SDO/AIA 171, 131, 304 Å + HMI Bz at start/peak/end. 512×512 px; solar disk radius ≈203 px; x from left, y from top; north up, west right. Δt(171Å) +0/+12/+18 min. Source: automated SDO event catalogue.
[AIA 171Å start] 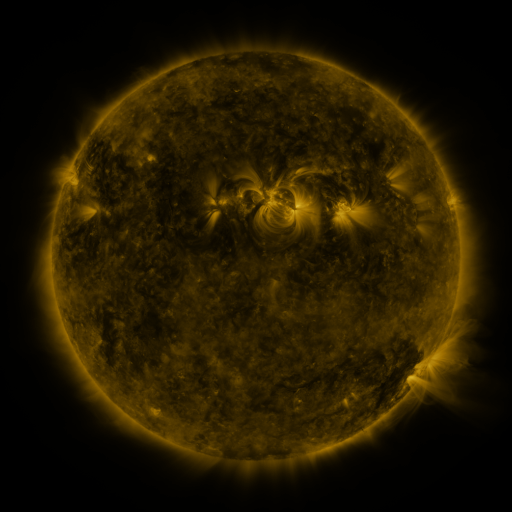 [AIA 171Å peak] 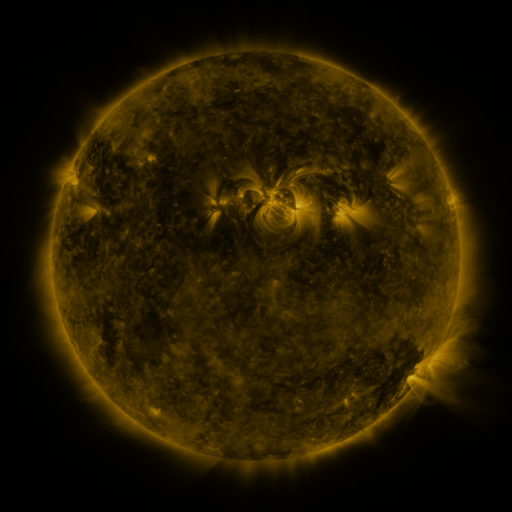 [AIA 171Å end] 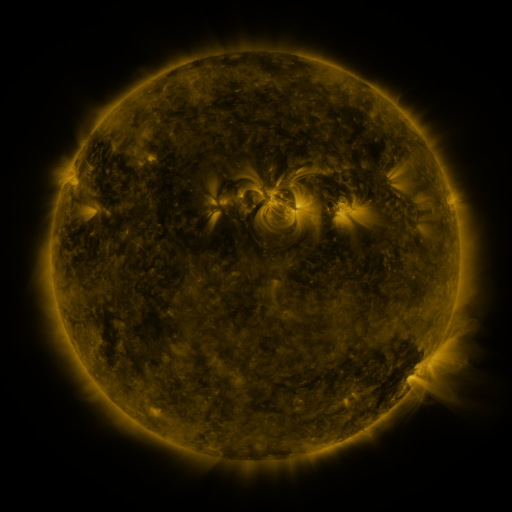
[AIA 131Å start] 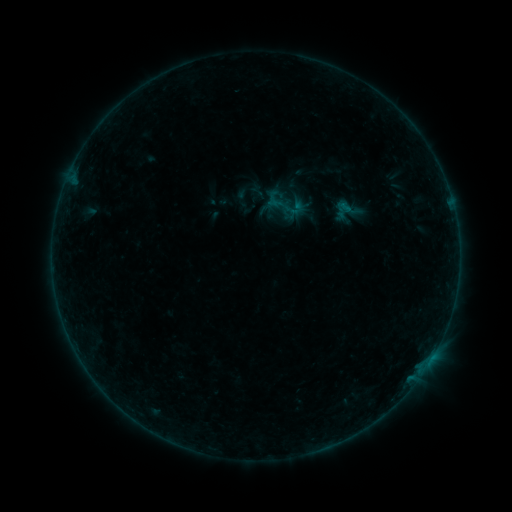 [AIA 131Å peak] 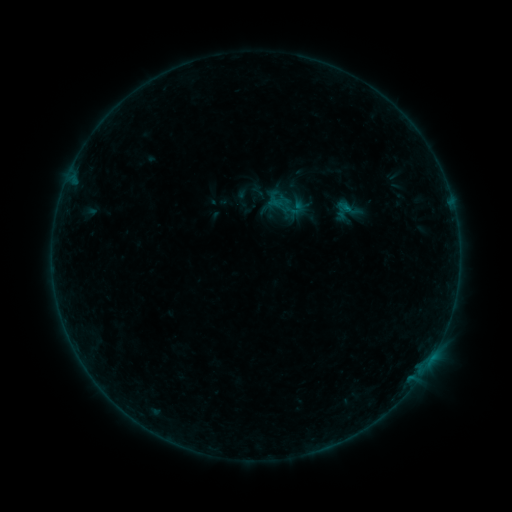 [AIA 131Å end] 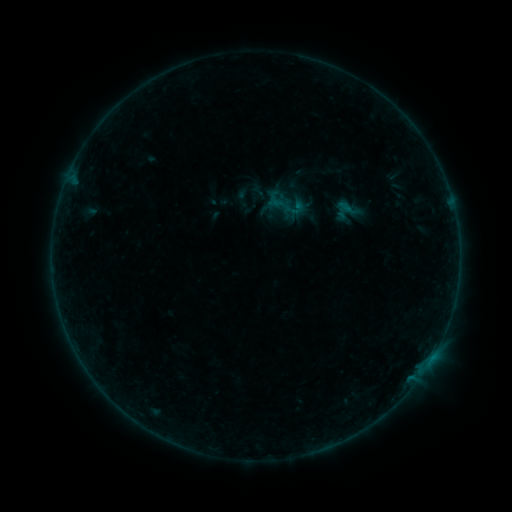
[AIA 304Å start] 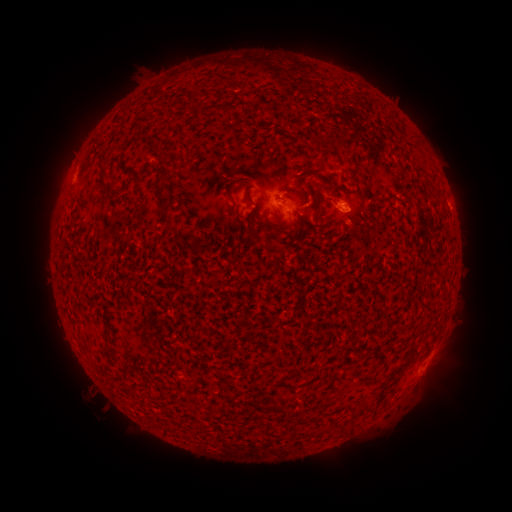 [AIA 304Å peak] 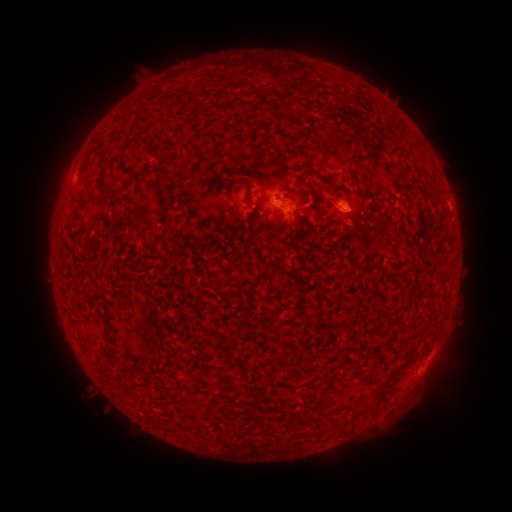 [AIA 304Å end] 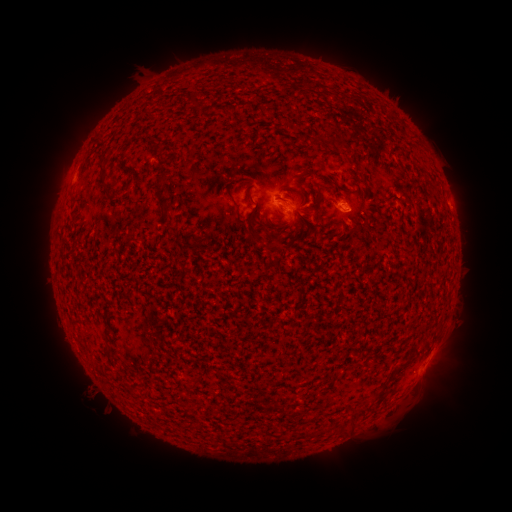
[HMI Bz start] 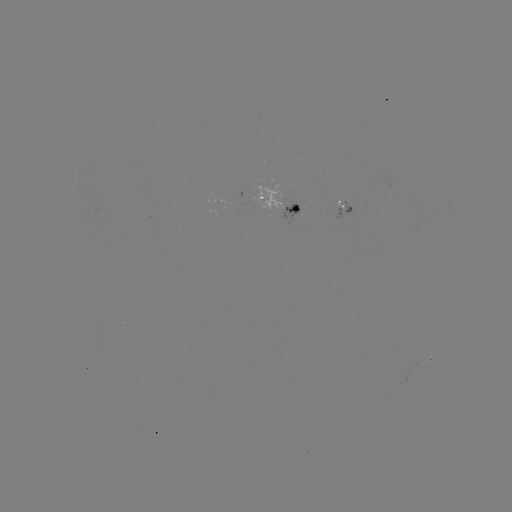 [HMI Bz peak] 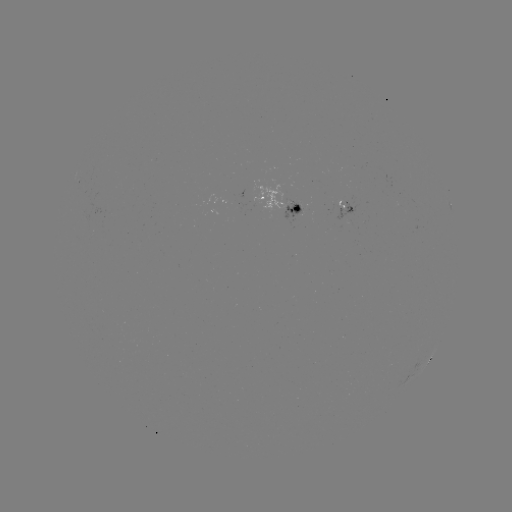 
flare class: B2.4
